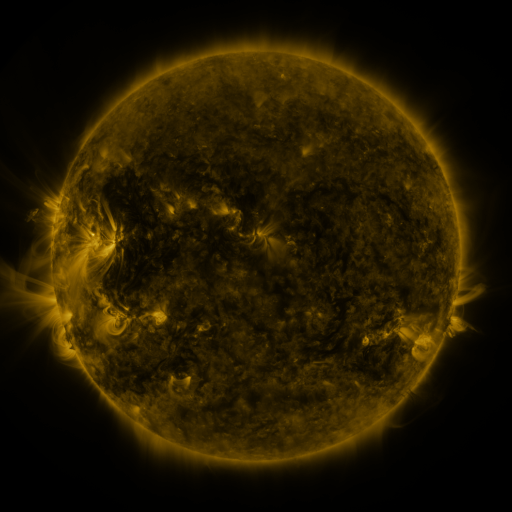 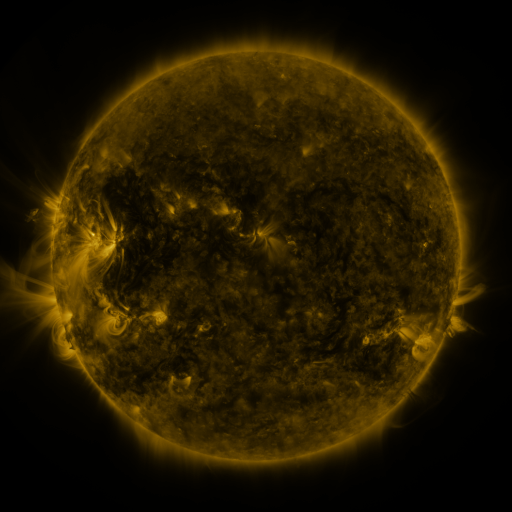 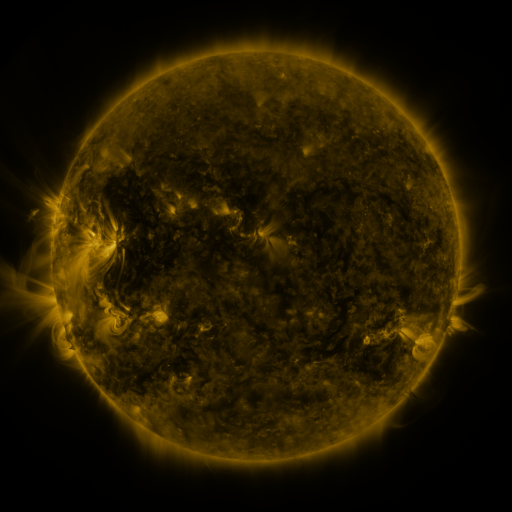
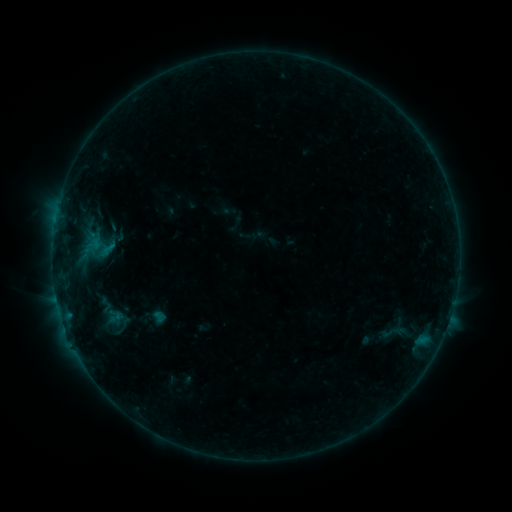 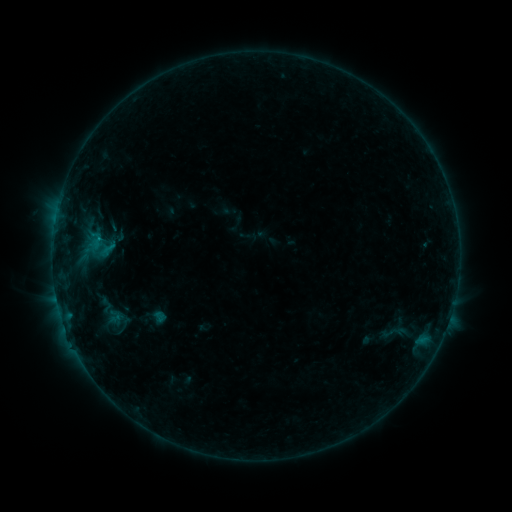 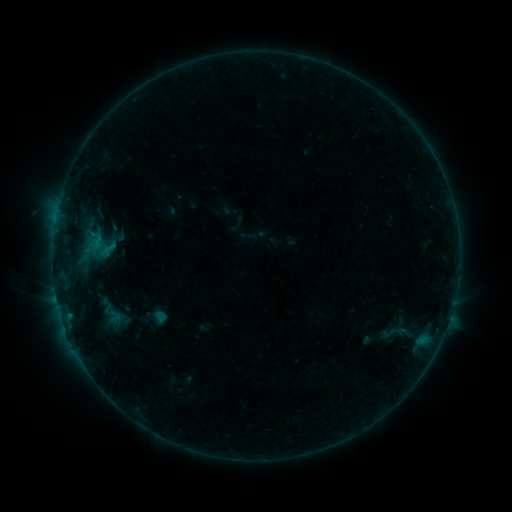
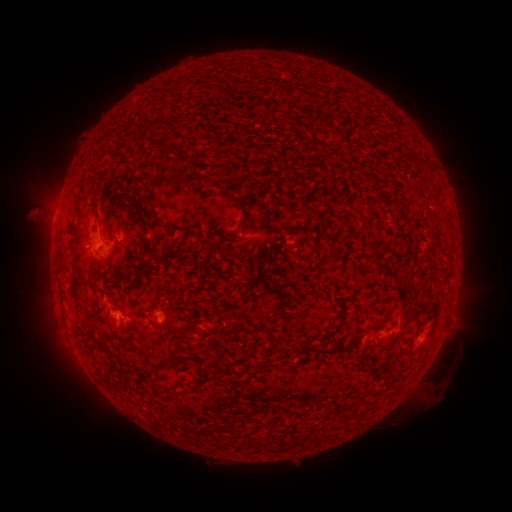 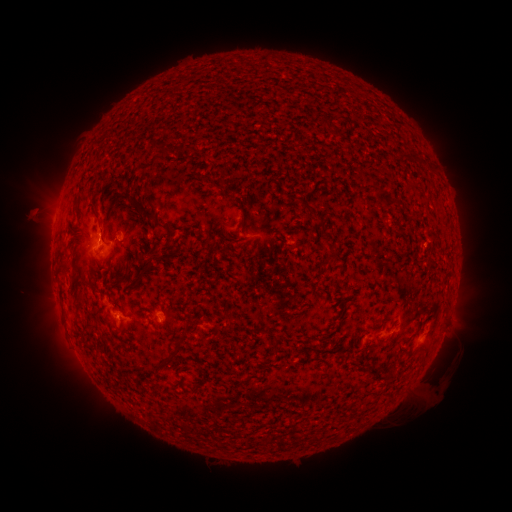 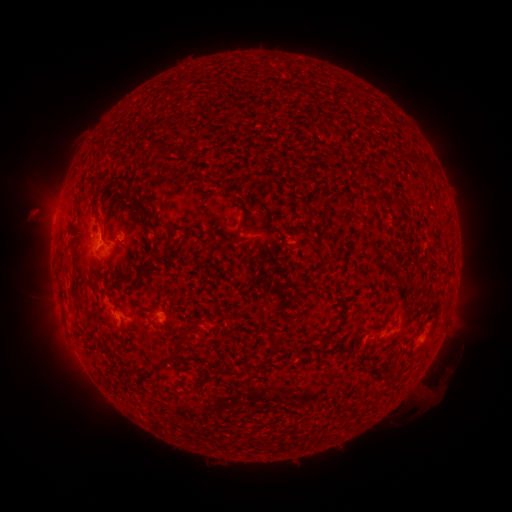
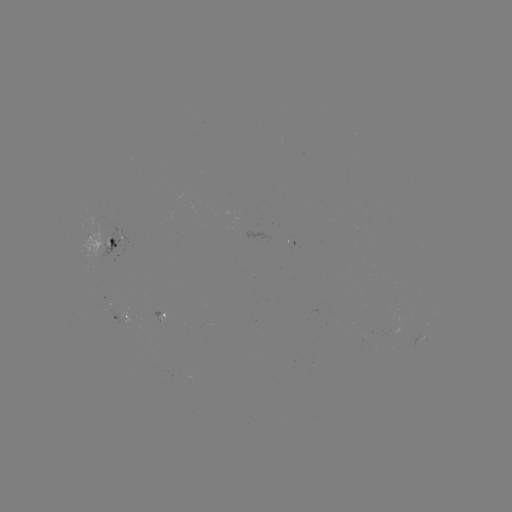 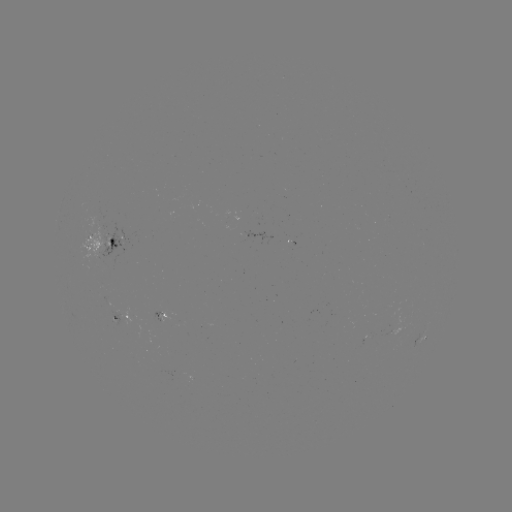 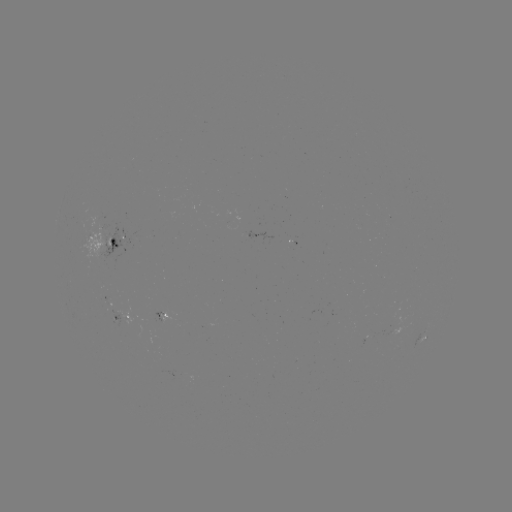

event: flare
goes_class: B4.8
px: (101, 239)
